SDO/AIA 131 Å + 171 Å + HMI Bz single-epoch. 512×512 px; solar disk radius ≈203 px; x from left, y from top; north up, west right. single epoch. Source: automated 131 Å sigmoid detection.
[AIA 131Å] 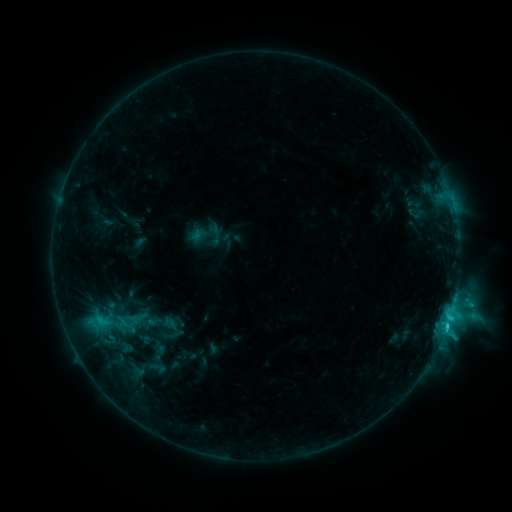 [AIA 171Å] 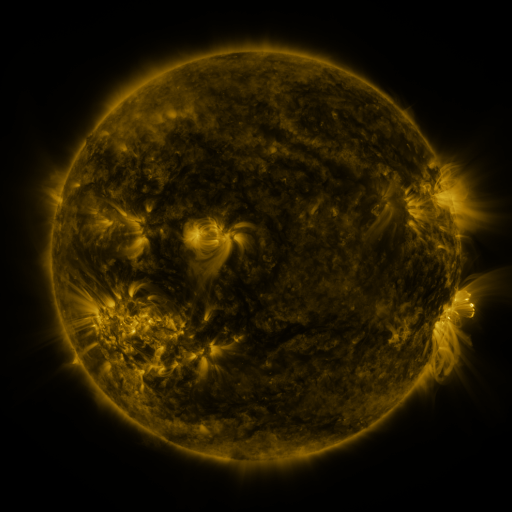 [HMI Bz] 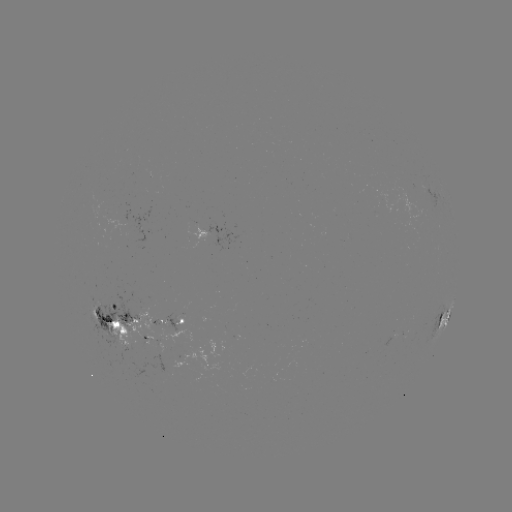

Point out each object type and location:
sigmoid: [68, 294, 141, 351]
sigmoid: [156, 316, 187, 341]
